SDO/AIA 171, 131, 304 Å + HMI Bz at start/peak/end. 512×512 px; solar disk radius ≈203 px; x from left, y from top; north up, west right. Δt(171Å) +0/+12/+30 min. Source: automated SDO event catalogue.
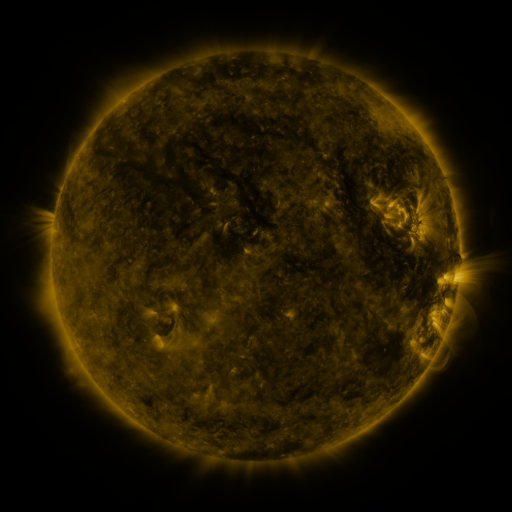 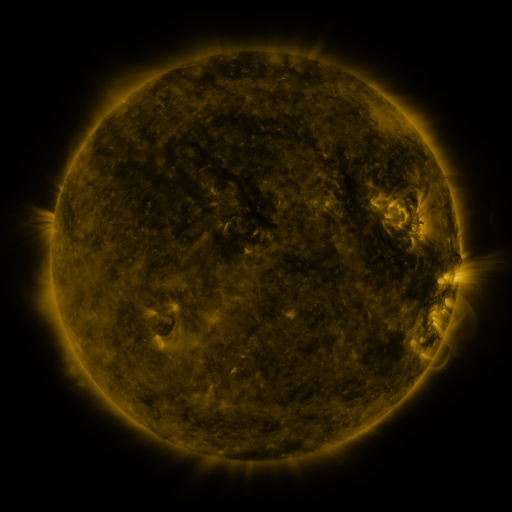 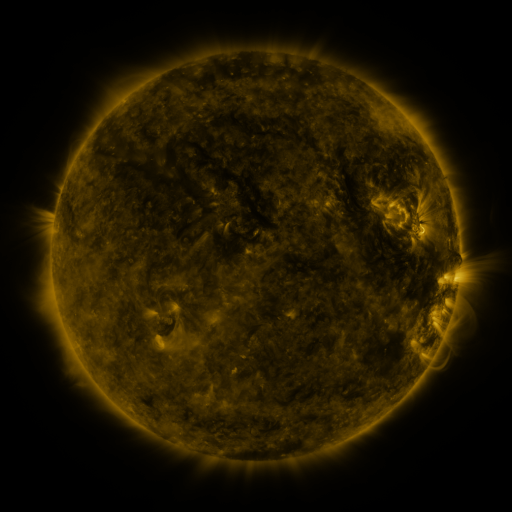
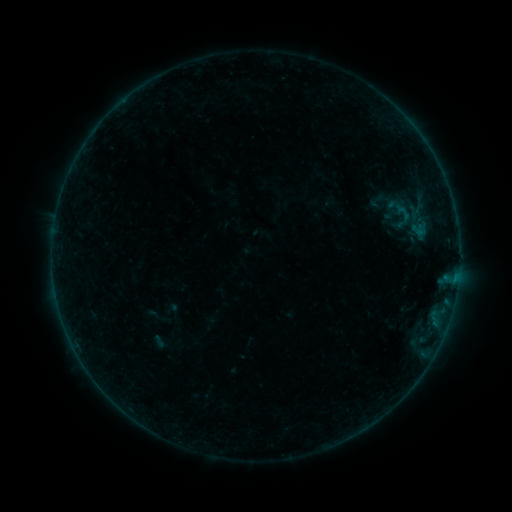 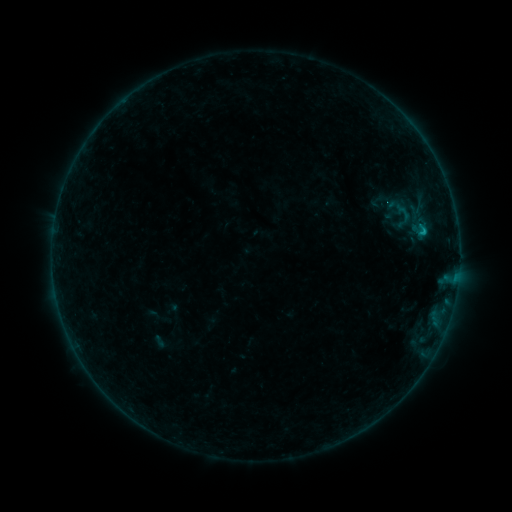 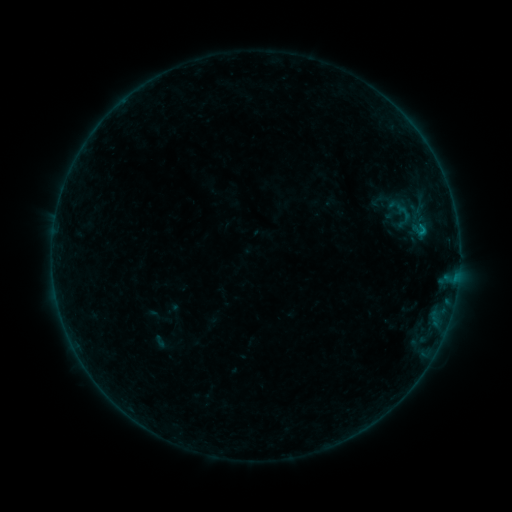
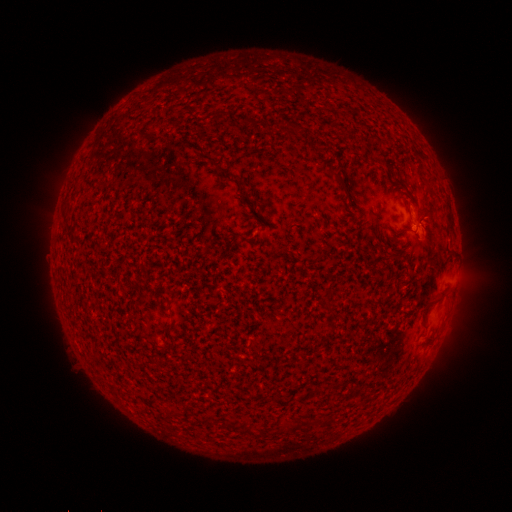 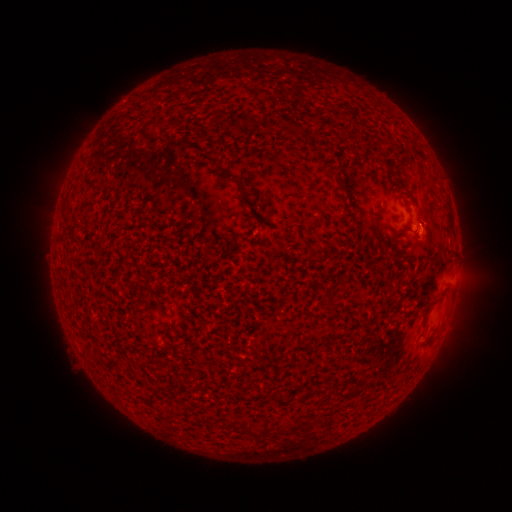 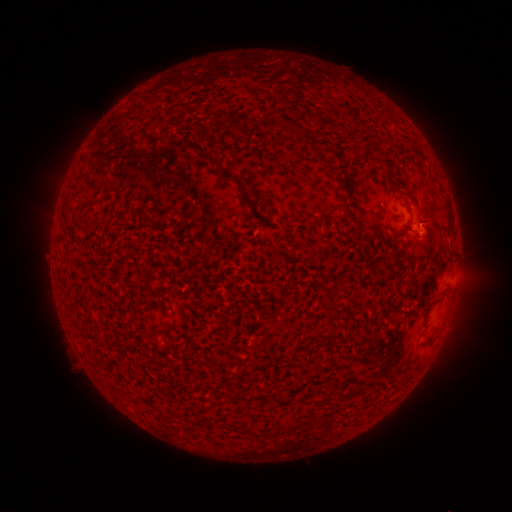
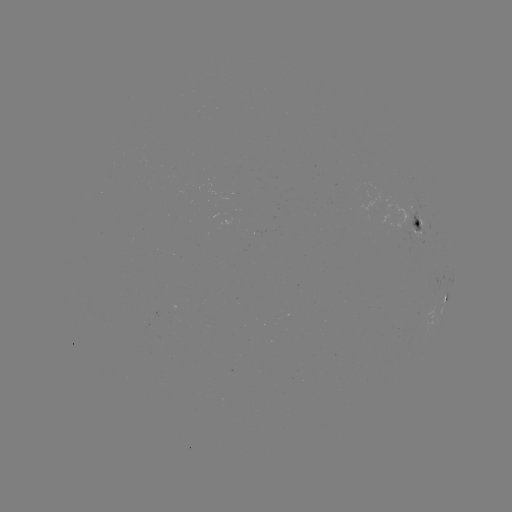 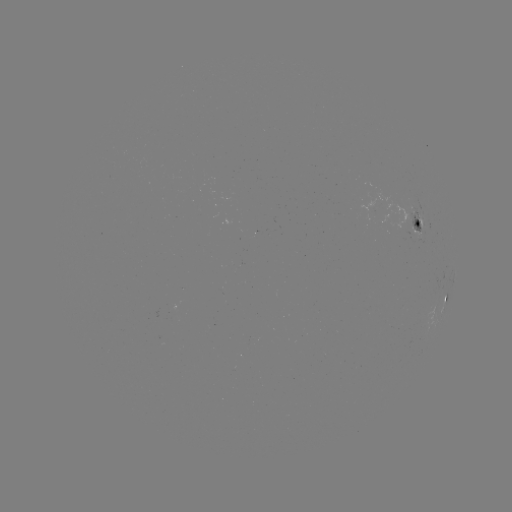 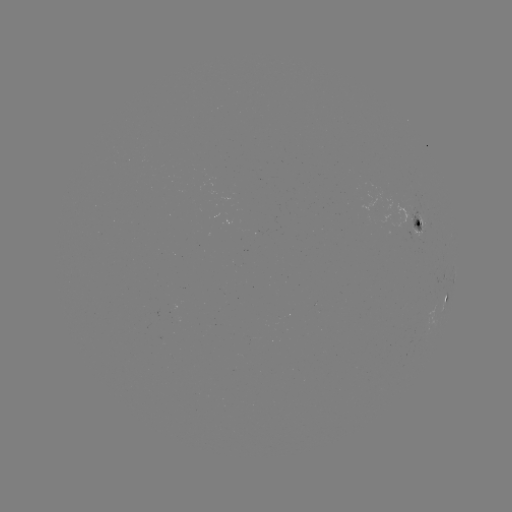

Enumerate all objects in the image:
B3.3 flare: (422, 233)
